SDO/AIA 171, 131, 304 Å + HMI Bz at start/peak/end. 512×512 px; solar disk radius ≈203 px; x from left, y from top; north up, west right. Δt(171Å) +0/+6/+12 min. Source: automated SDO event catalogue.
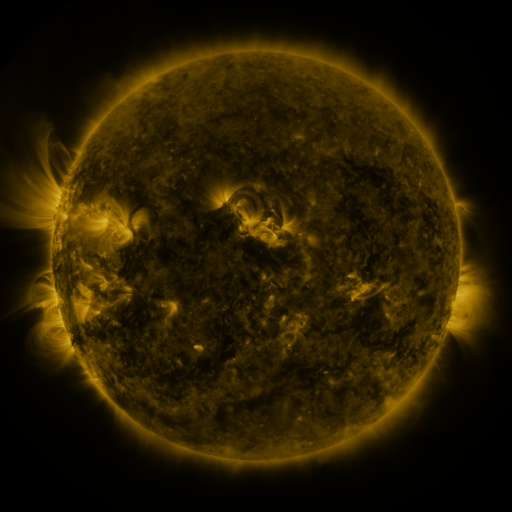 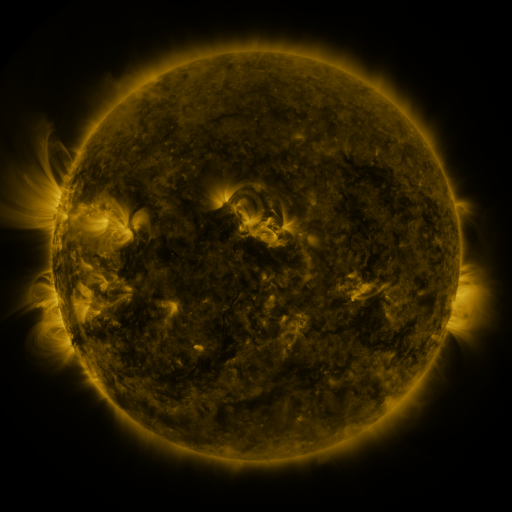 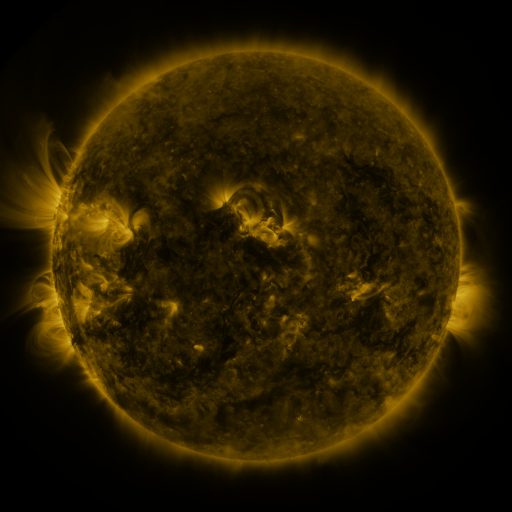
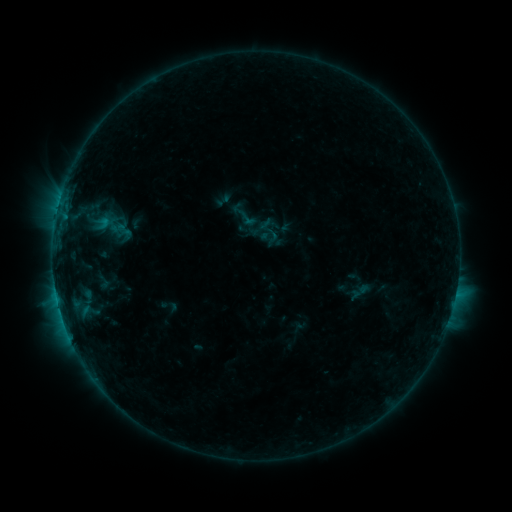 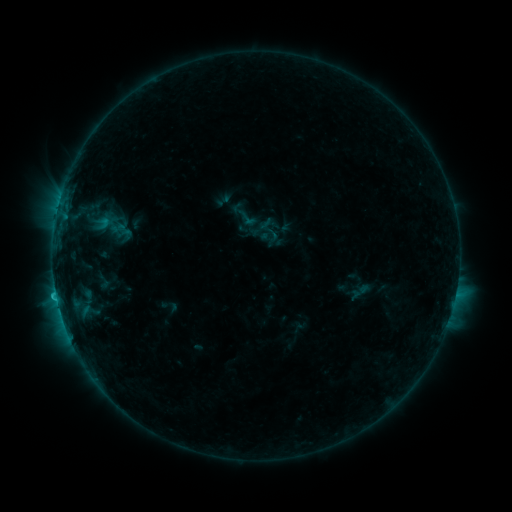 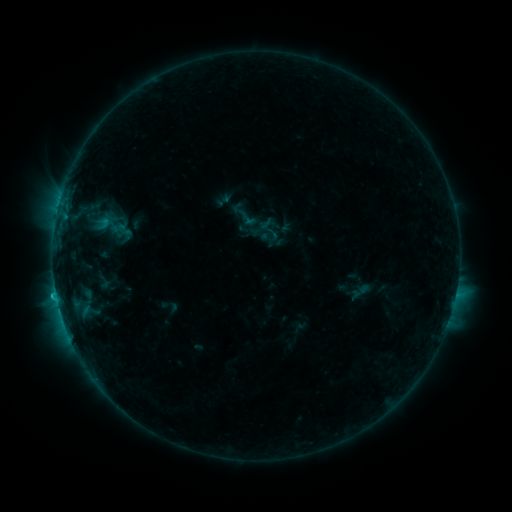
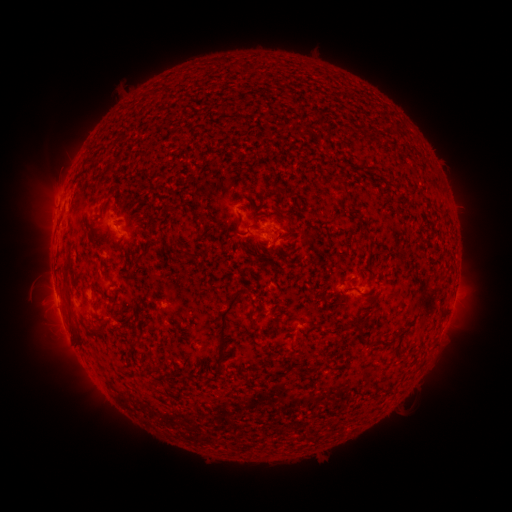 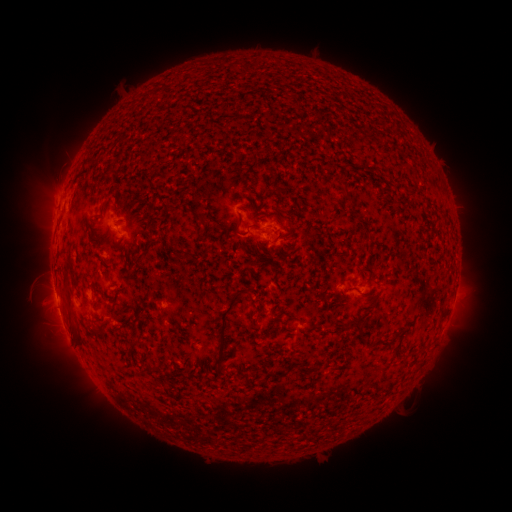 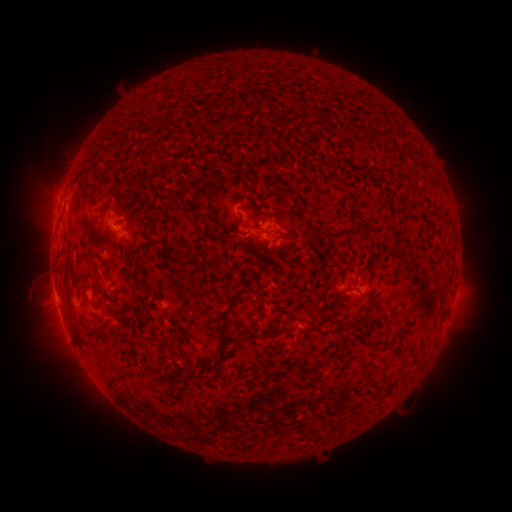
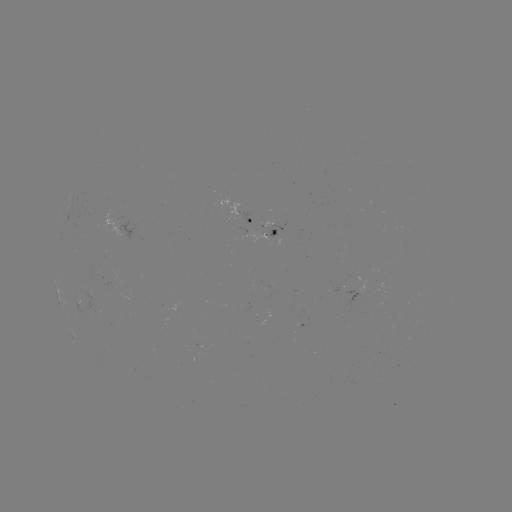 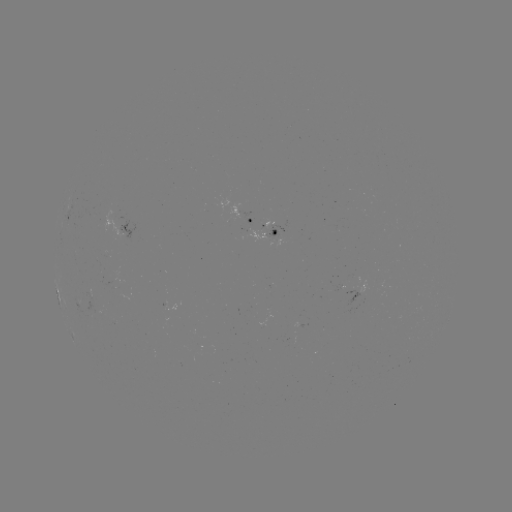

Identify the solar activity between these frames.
C1.0 flare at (56, 294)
